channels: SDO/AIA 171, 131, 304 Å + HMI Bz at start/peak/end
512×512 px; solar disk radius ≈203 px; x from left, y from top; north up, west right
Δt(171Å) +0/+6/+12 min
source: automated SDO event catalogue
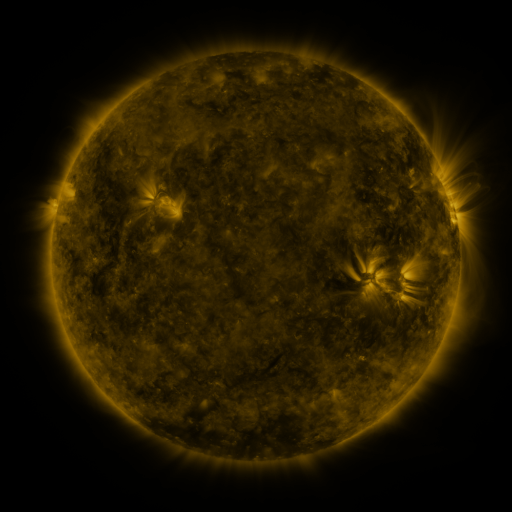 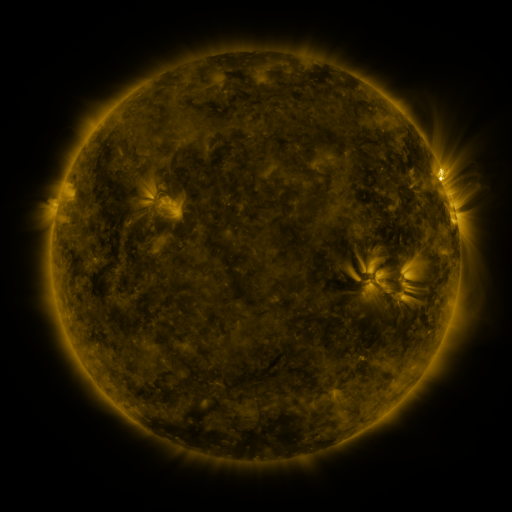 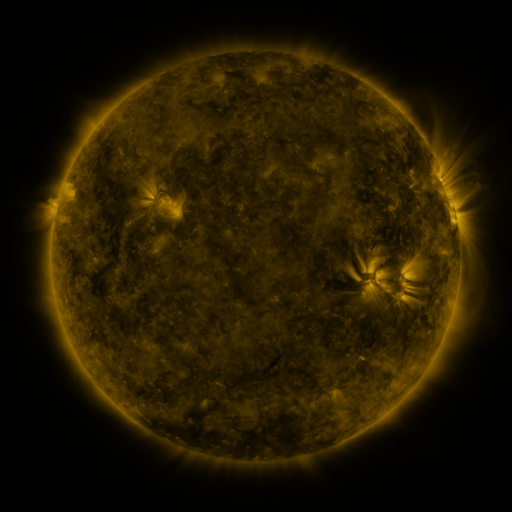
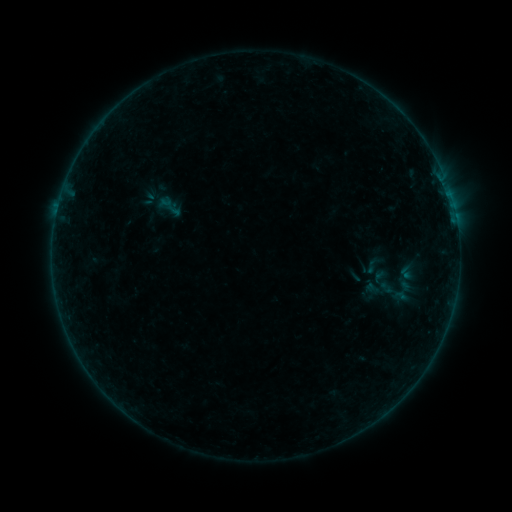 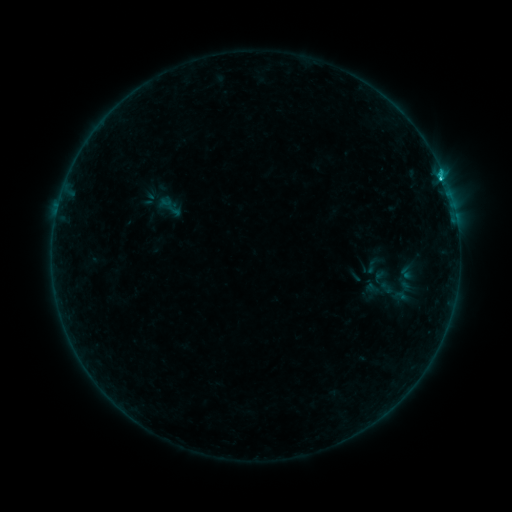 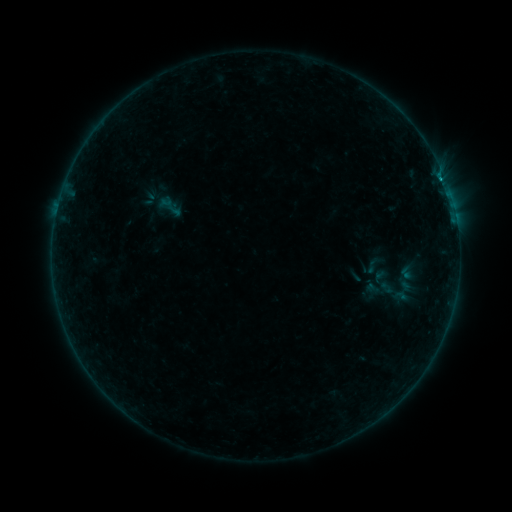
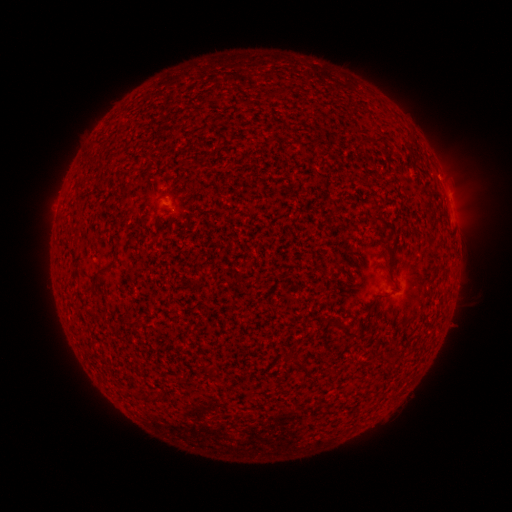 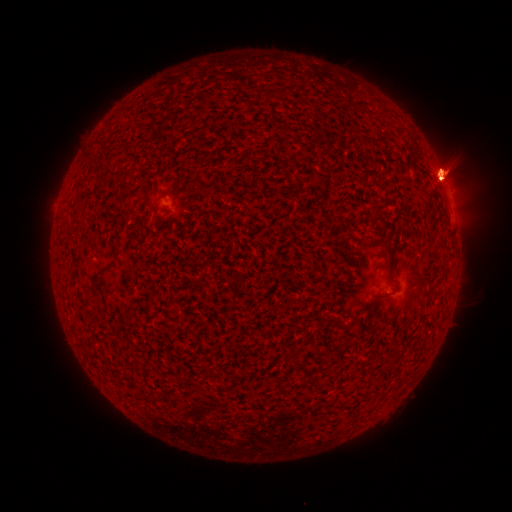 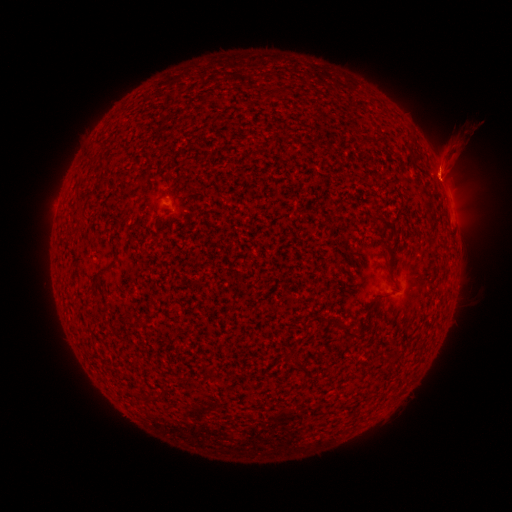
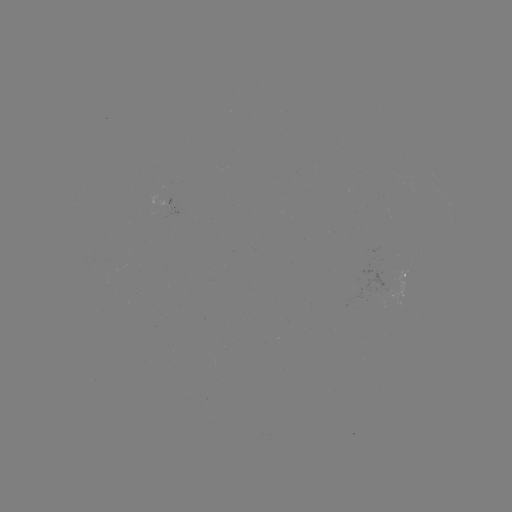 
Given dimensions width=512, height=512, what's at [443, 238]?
eruption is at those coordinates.